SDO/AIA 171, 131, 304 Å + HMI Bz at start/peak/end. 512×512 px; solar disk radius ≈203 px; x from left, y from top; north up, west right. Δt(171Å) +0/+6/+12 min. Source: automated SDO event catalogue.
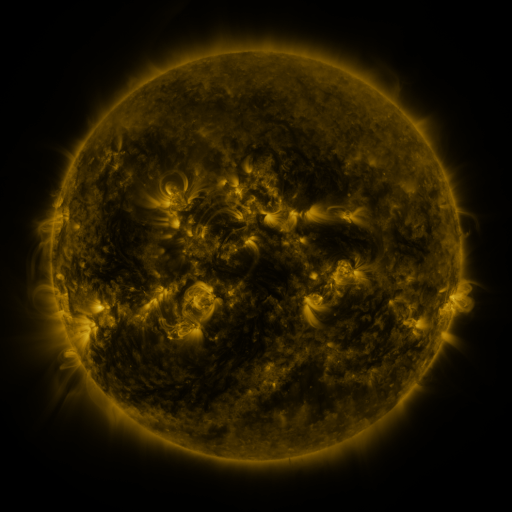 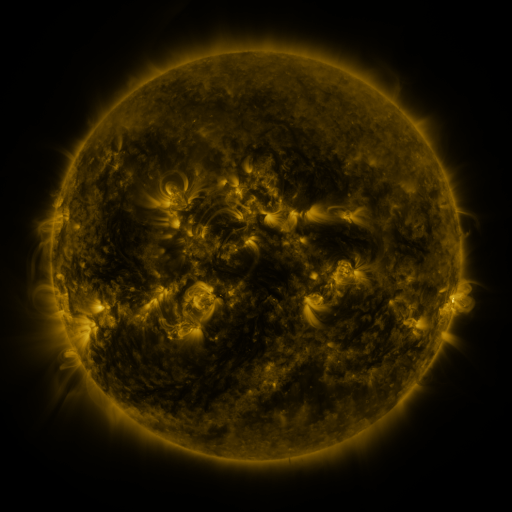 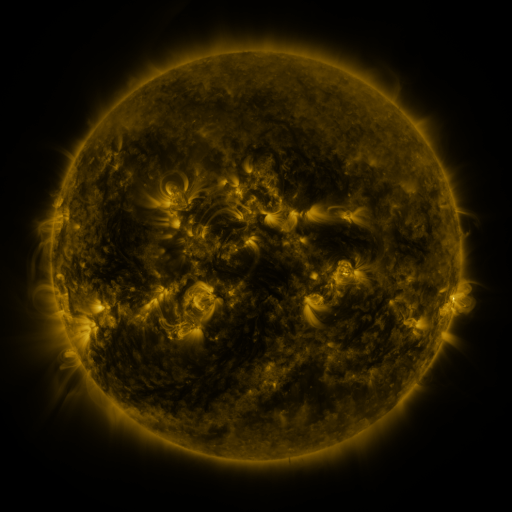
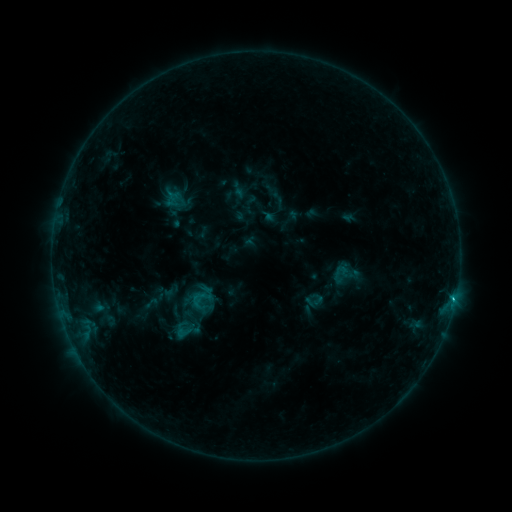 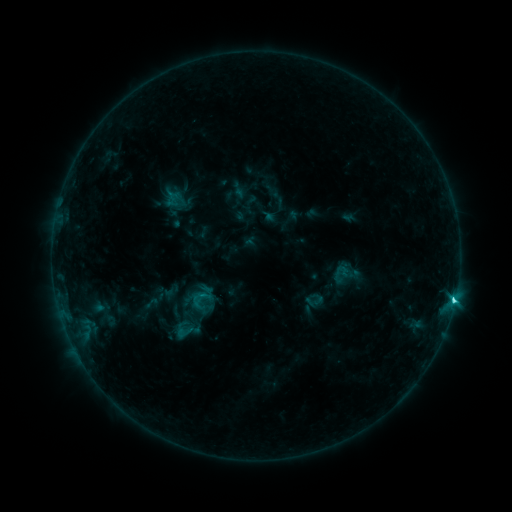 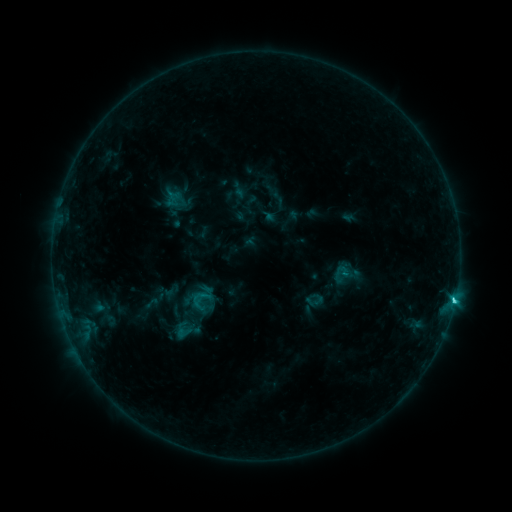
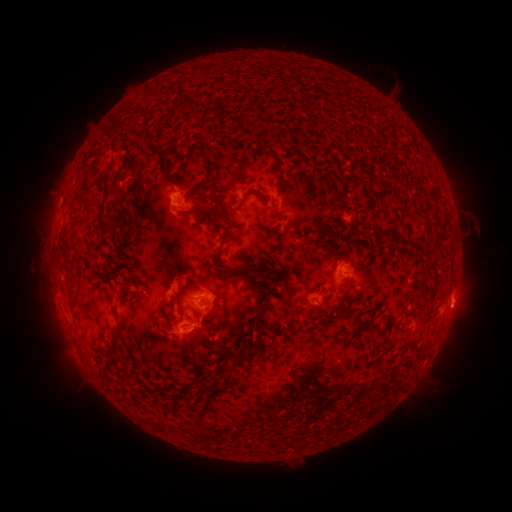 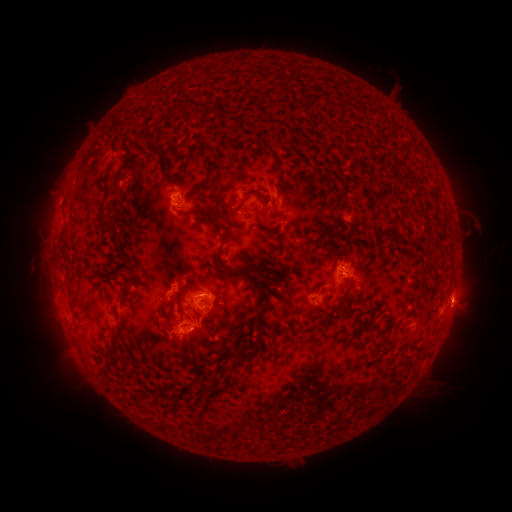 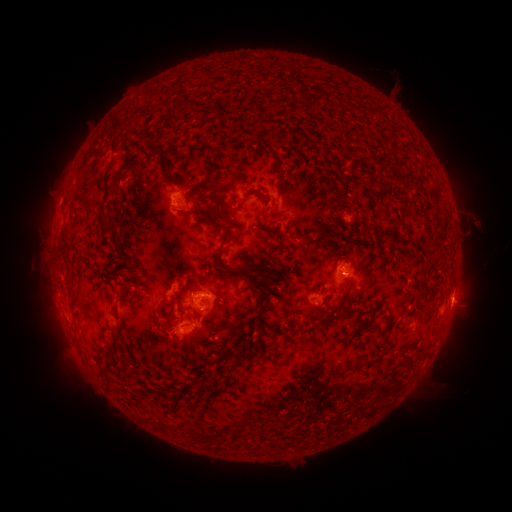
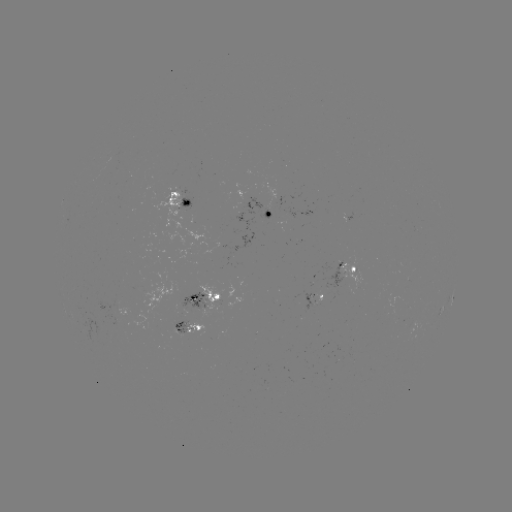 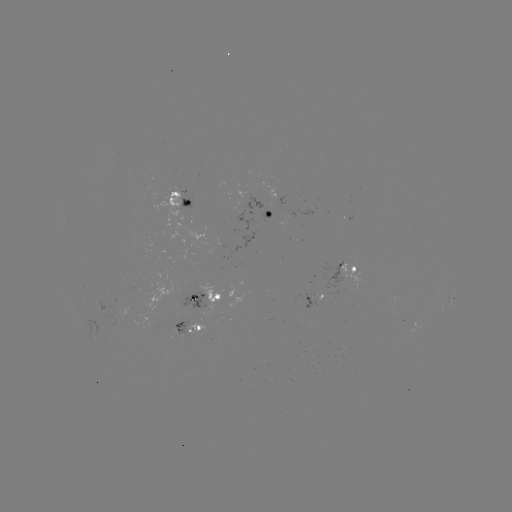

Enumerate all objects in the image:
C3.0 flare: (454, 298)
